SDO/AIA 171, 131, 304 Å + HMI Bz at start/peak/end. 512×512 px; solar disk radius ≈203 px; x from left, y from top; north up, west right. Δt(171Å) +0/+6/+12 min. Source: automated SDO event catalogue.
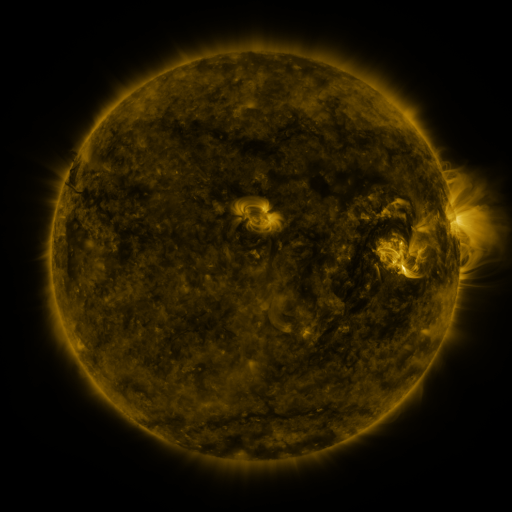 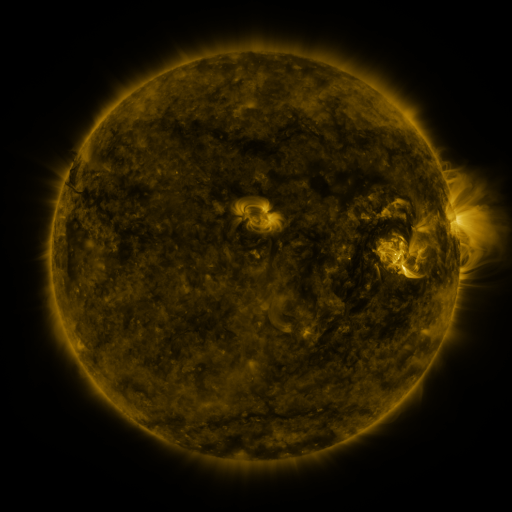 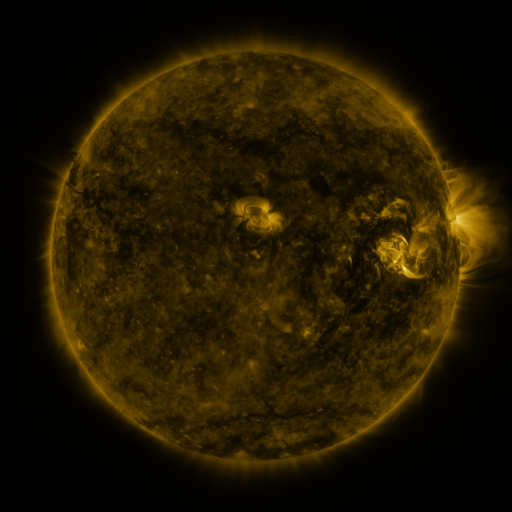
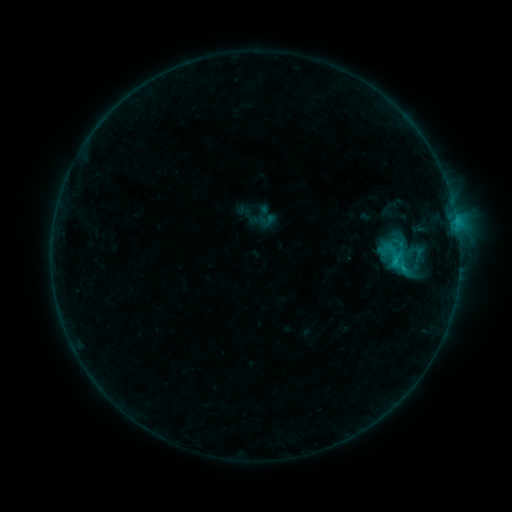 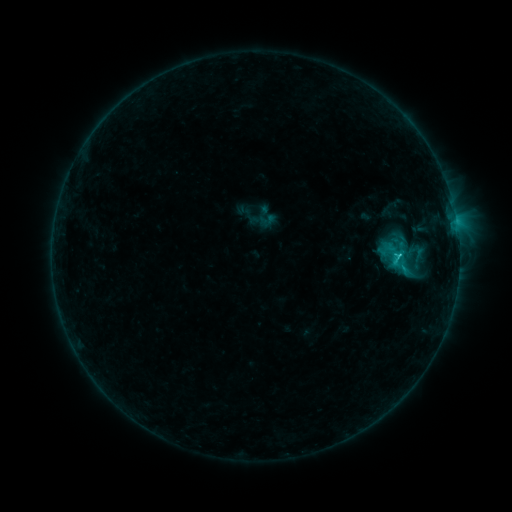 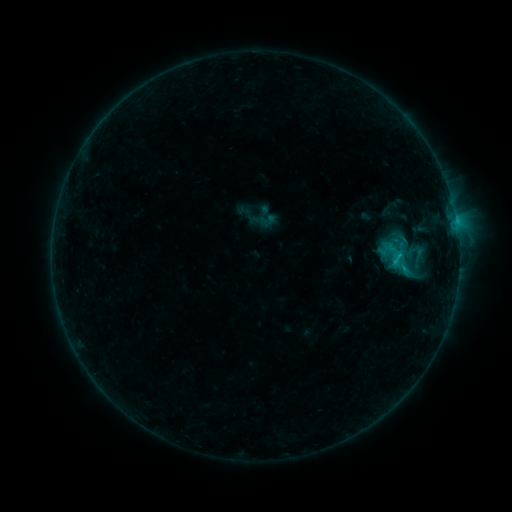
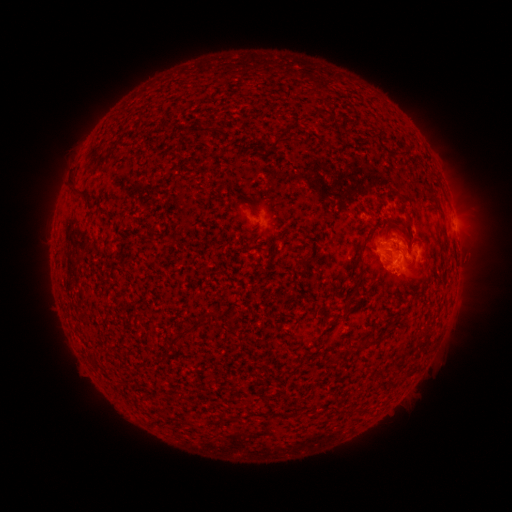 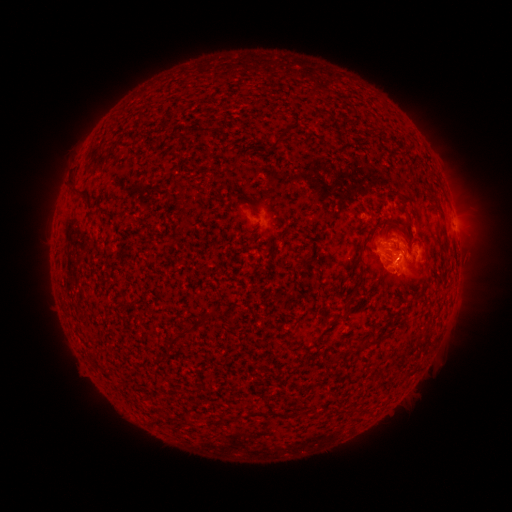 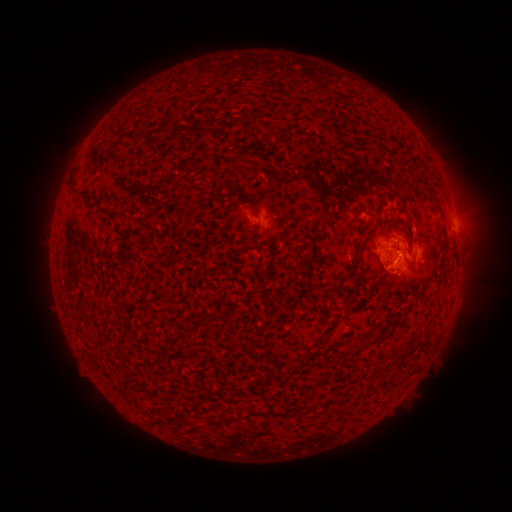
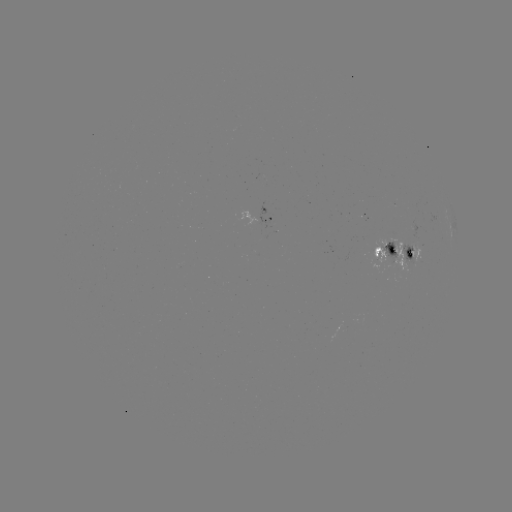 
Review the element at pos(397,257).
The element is C1.6 flare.